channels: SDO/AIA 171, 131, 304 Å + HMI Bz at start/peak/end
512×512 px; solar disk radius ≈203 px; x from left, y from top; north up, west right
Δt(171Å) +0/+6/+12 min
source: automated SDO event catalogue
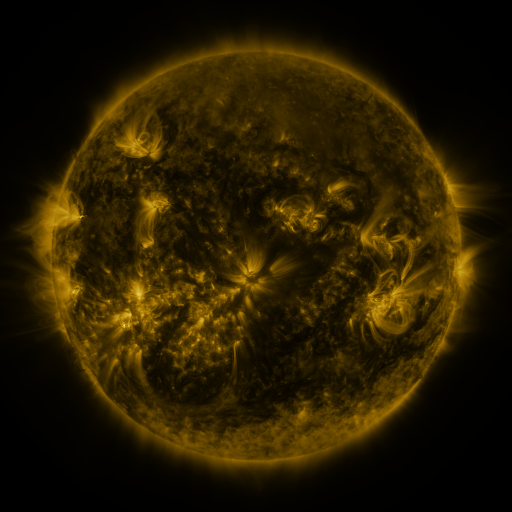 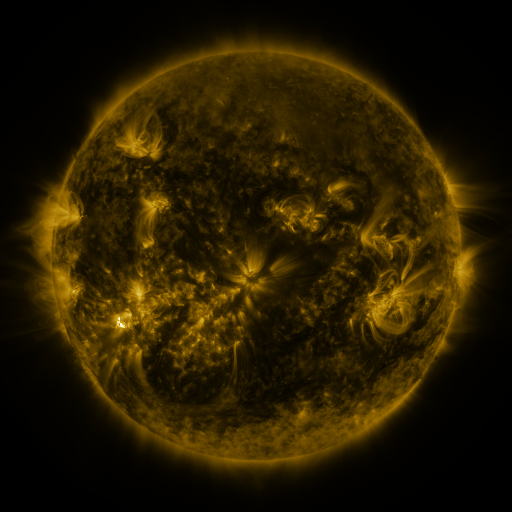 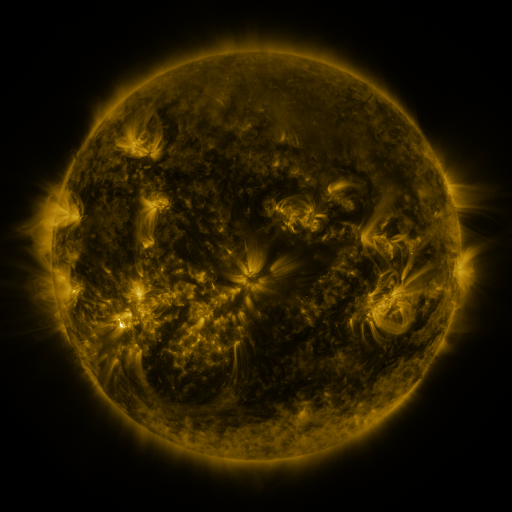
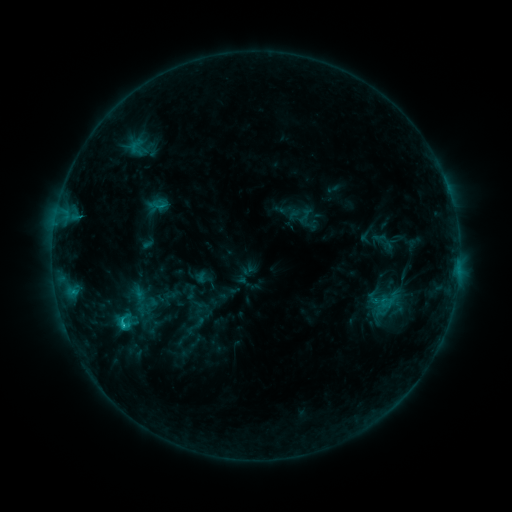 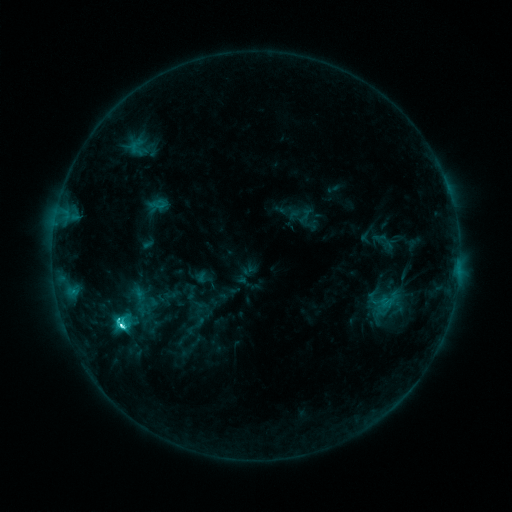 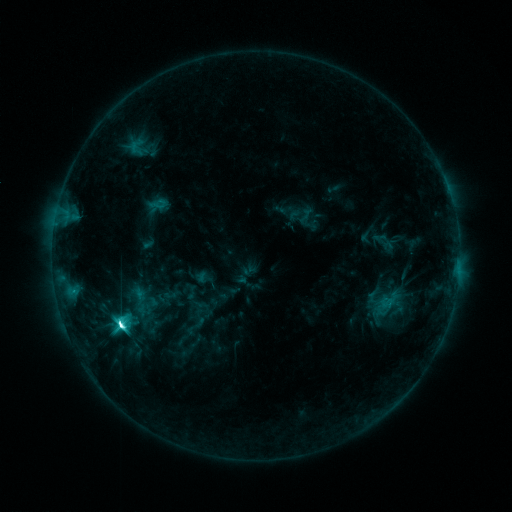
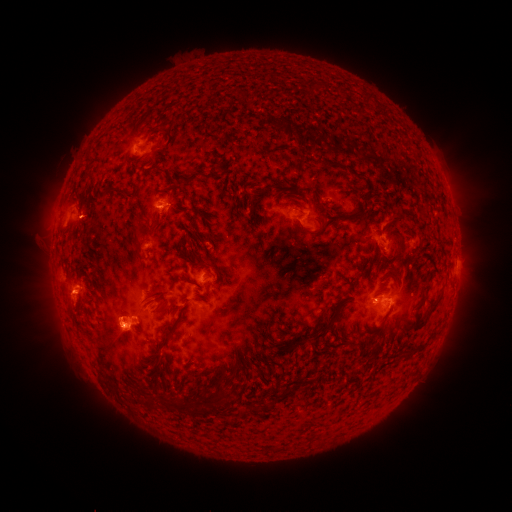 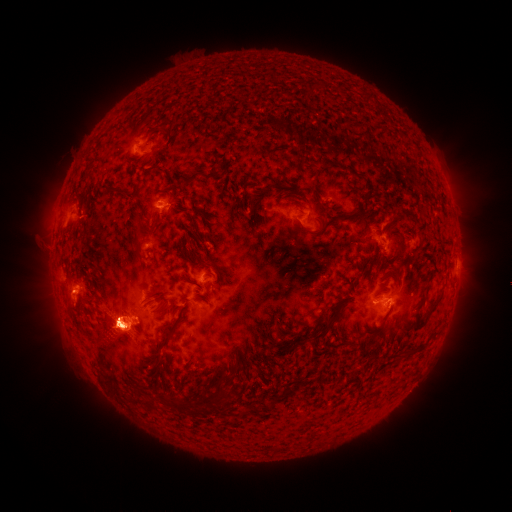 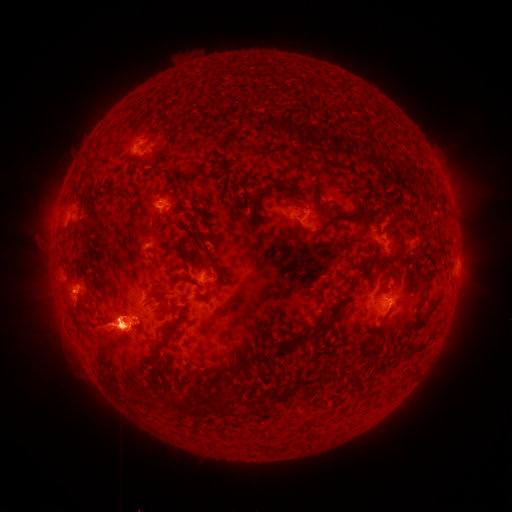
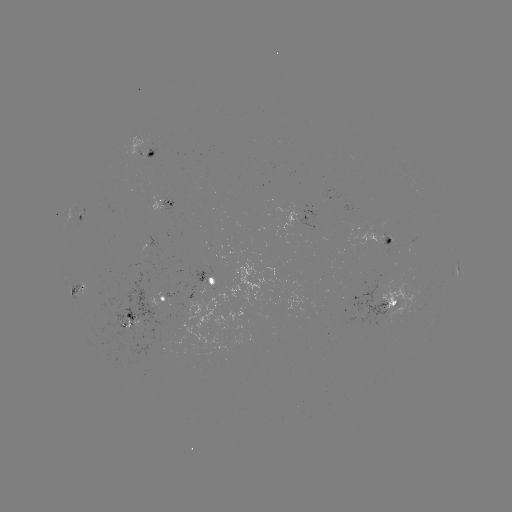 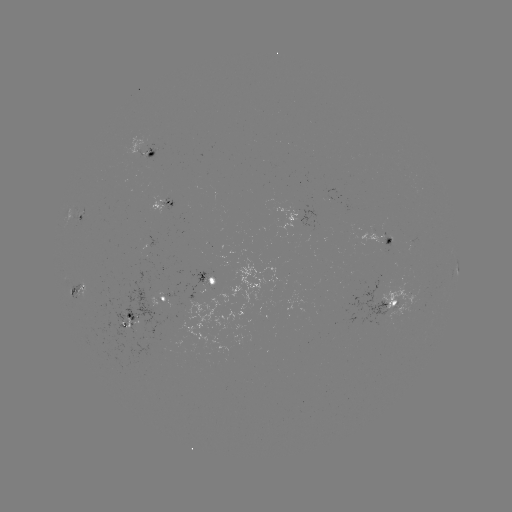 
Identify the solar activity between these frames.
M1.6 flare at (122, 323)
